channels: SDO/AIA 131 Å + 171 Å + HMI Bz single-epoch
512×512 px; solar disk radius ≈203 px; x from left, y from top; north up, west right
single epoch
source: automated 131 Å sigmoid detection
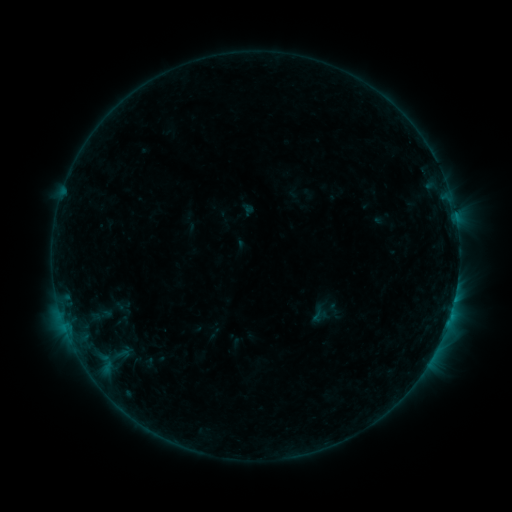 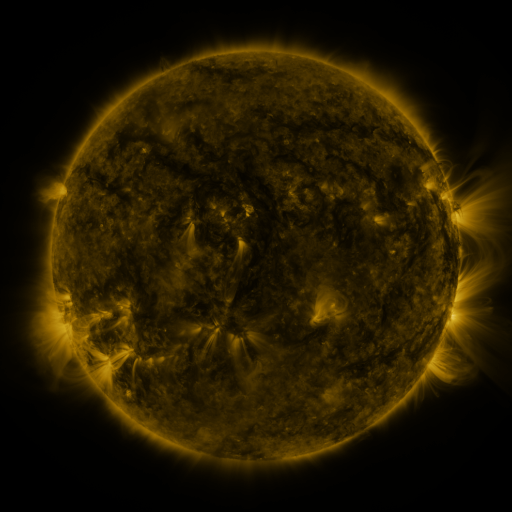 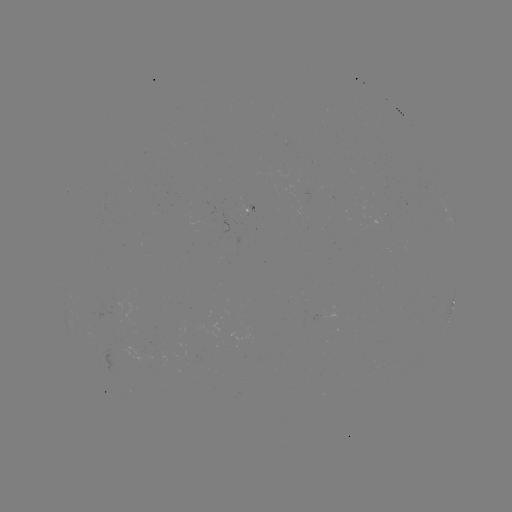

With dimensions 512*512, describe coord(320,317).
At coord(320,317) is sigmoid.